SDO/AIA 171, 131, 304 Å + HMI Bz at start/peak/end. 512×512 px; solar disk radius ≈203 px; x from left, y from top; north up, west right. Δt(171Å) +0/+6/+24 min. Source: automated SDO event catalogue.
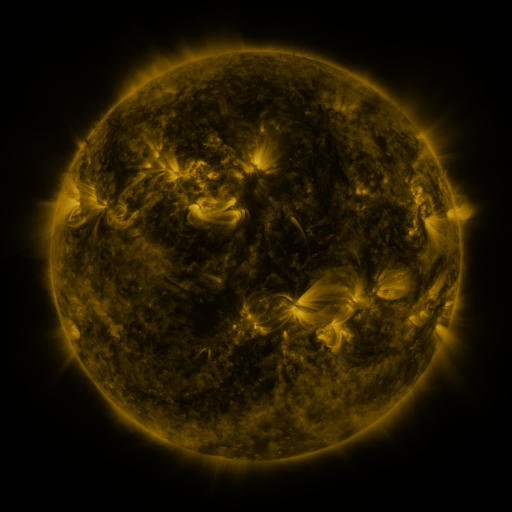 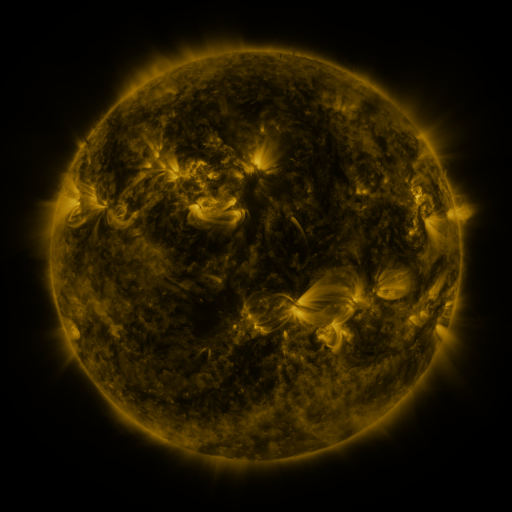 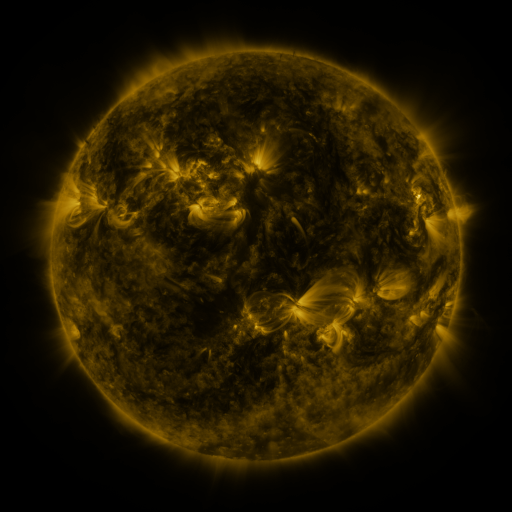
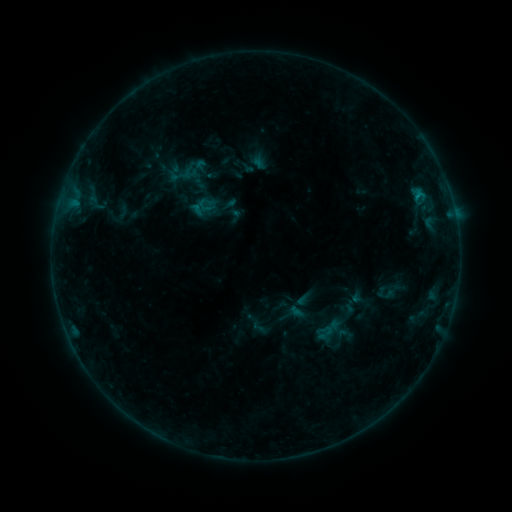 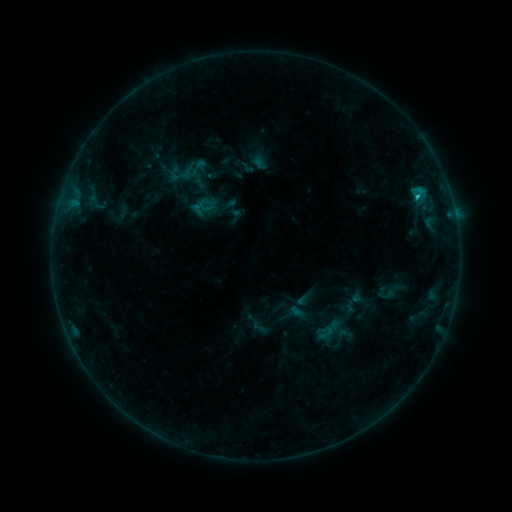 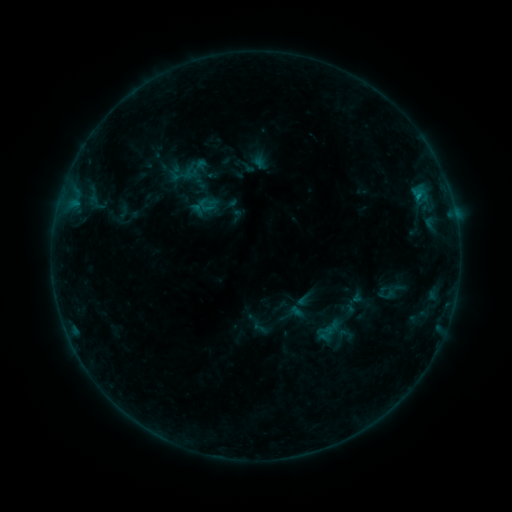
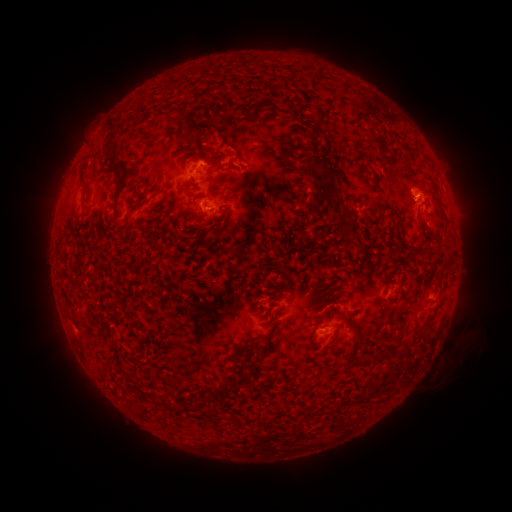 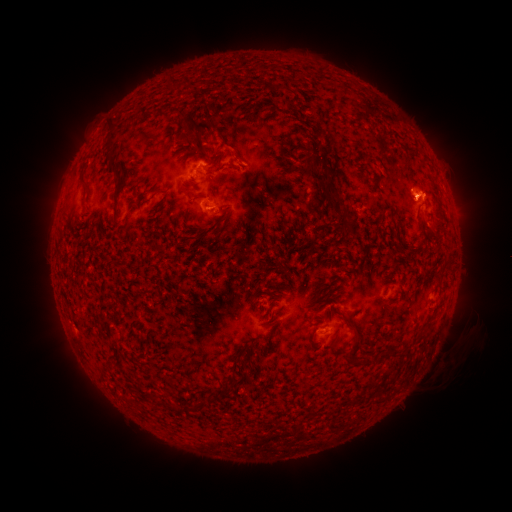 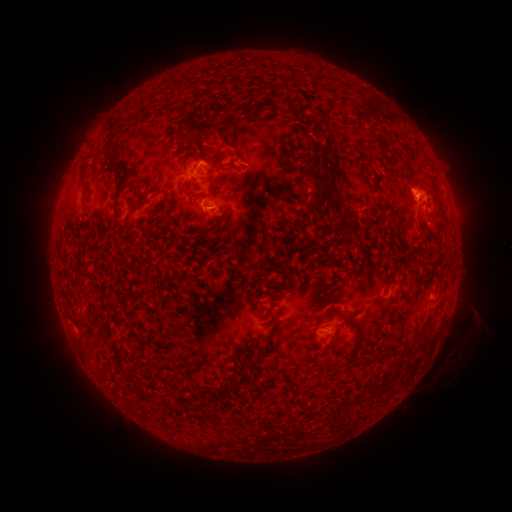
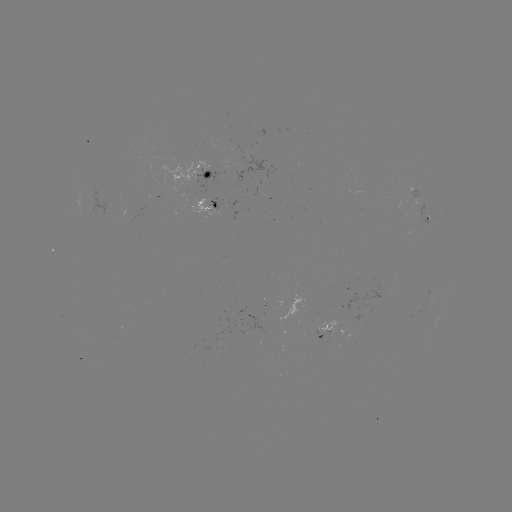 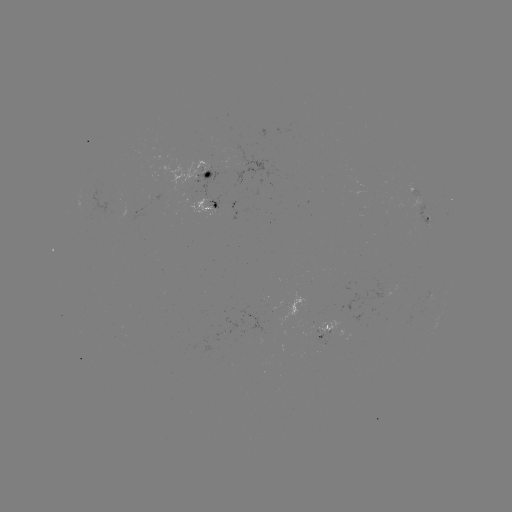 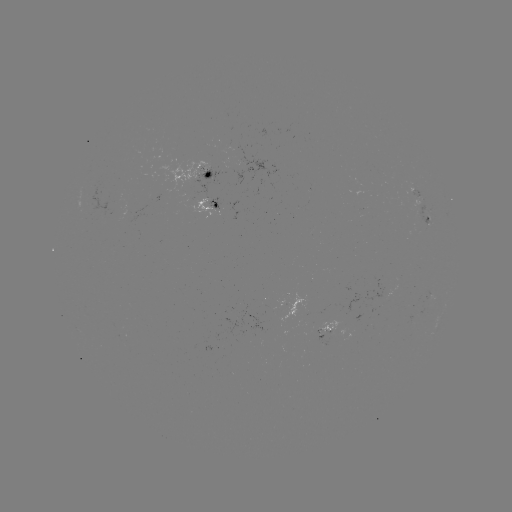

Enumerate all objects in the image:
B9.9 flare: (416, 198)
